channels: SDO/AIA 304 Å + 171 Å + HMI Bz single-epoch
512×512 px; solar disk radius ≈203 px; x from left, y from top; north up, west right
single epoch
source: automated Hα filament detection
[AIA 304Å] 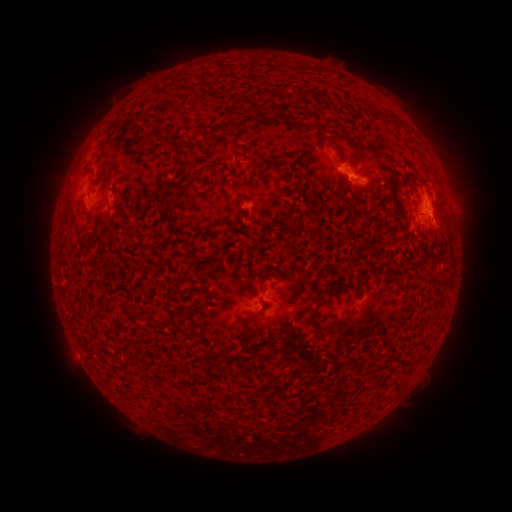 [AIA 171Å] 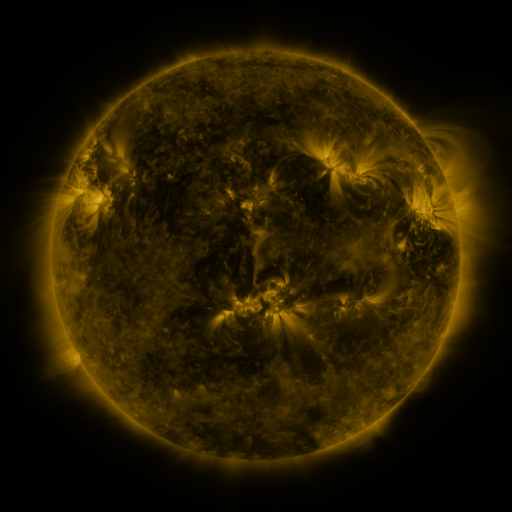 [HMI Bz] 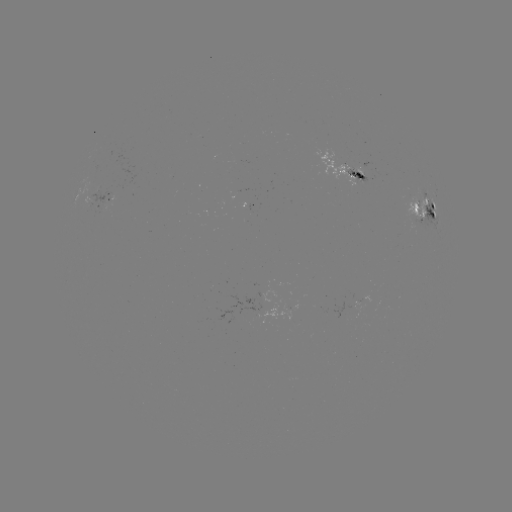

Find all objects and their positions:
filament: [265, 113, 290, 123]
filament: [293, 121, 308, 129]
filament: [206, 125, 223, 142]
filament: [317, 125, 327, 133]
filament: [178, 152, 189, 176]
filament: [355, 172, 366, 181]
filament: [92, 176, 101, 185]
filament: [261, 282, 269, 292]
filament: [237, 296, 266, 345]
filament: [307, 302, 323, 326]
filament: [343, 313, 350, 325]
filament: [323, 327, 344, 340]
filament: [168, 359, 180, 370]
filament: [235, 421, 244, 429]
